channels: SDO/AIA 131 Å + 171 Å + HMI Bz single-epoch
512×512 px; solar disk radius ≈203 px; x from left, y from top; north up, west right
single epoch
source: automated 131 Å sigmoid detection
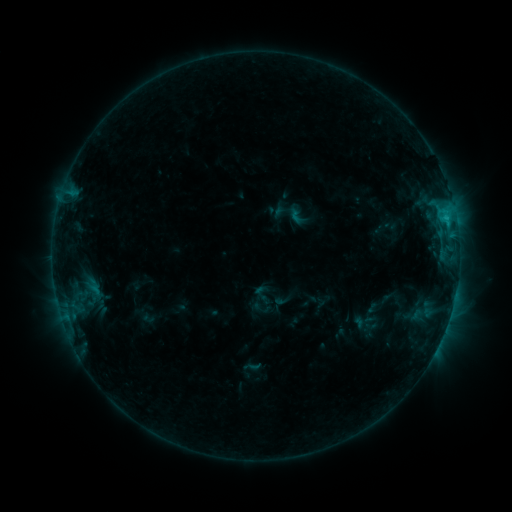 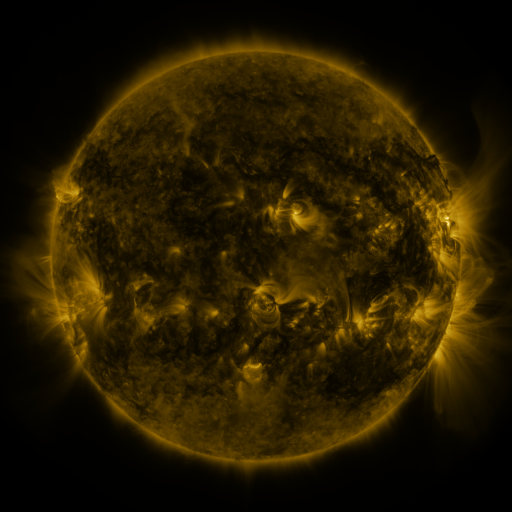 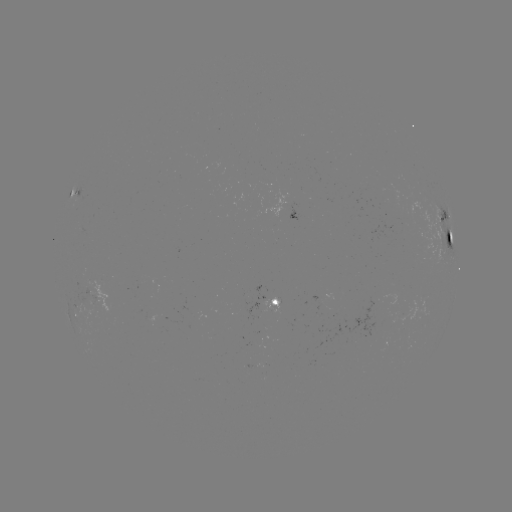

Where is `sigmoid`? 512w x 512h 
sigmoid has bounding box [286, 206, 307, 226].